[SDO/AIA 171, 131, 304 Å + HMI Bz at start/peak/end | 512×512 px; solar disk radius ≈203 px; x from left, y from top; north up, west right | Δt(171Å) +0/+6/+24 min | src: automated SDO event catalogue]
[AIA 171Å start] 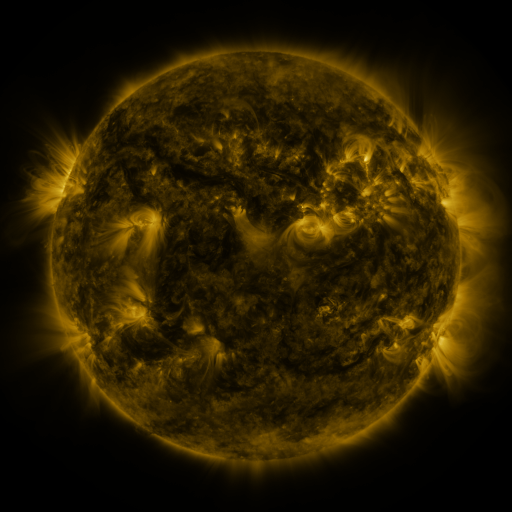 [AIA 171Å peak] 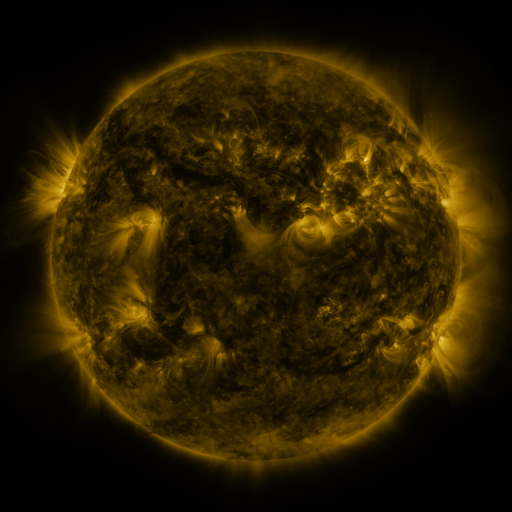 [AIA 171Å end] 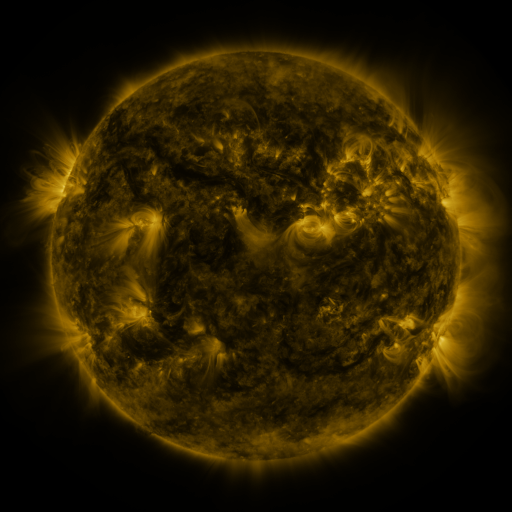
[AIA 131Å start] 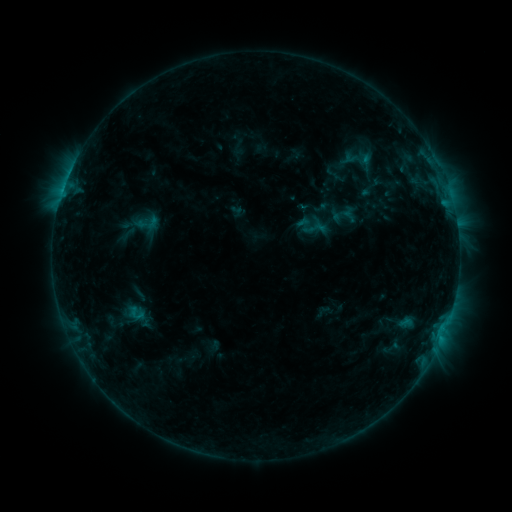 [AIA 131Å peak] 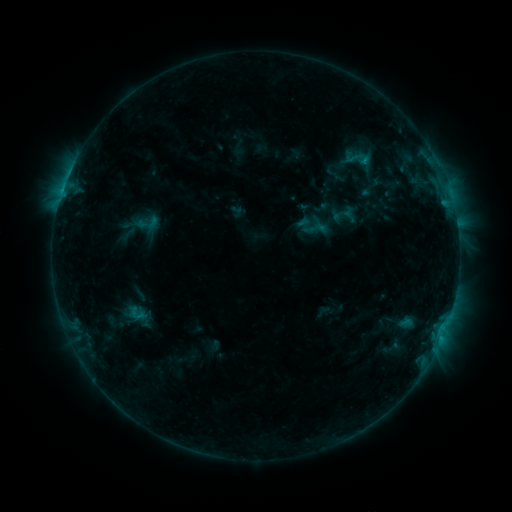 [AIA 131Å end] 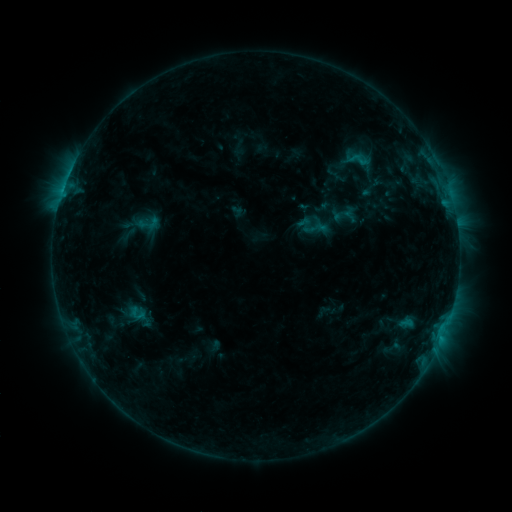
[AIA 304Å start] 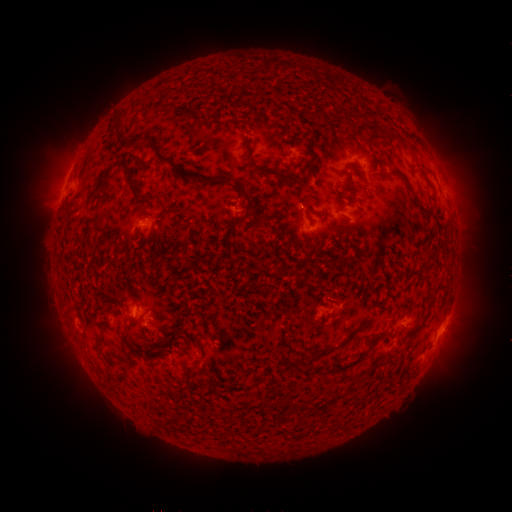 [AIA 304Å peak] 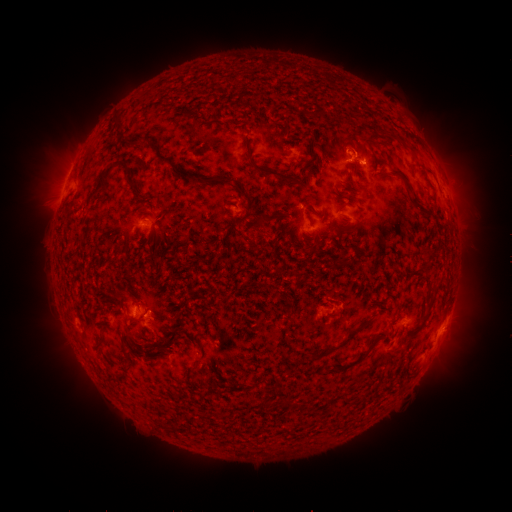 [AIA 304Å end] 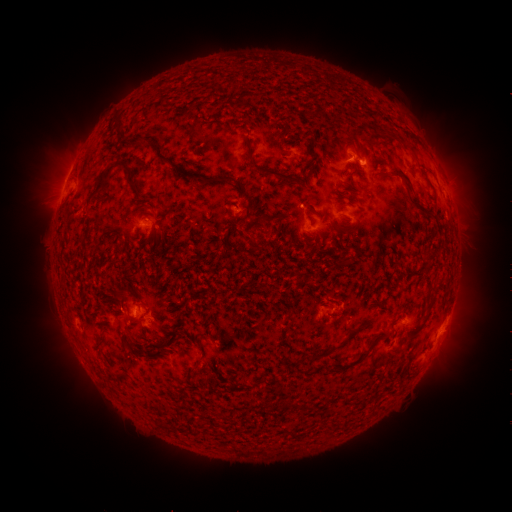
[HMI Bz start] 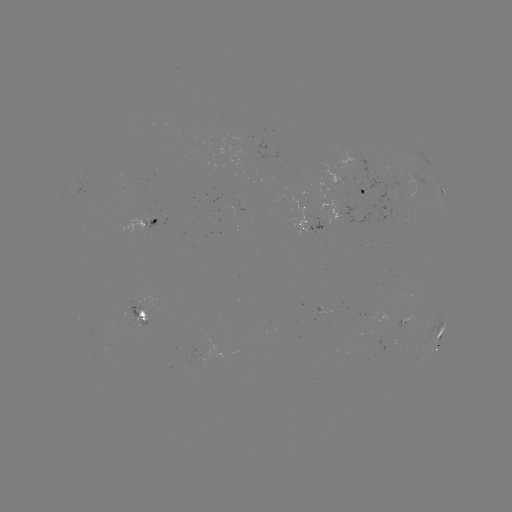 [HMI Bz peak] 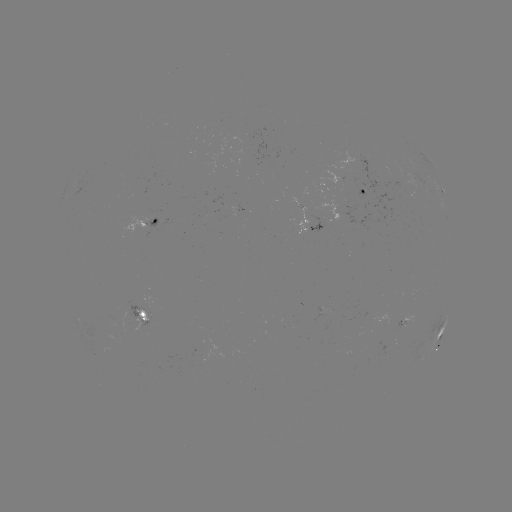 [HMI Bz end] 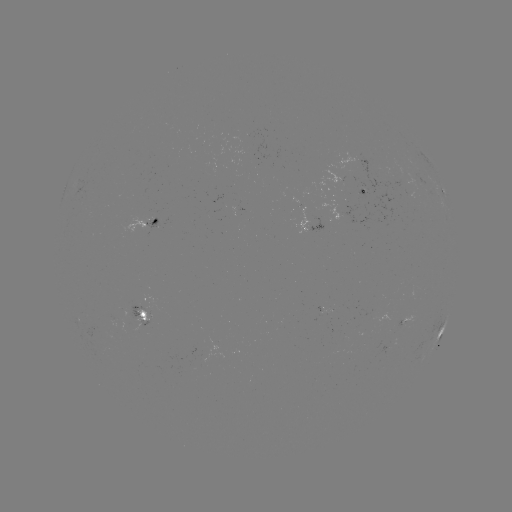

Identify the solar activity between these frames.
B9.7 flare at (362, 162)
